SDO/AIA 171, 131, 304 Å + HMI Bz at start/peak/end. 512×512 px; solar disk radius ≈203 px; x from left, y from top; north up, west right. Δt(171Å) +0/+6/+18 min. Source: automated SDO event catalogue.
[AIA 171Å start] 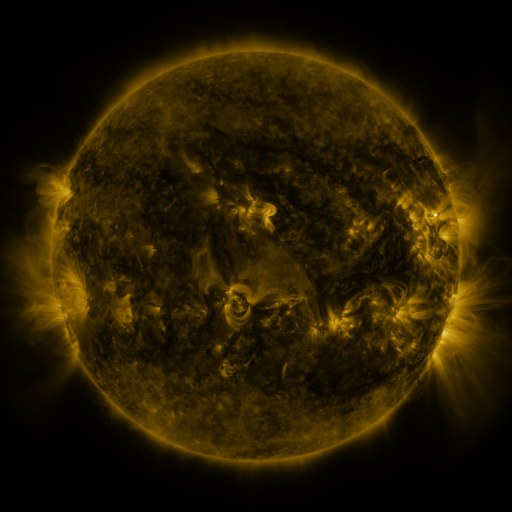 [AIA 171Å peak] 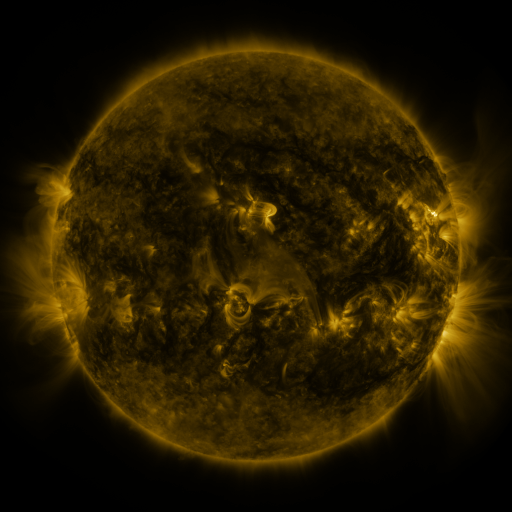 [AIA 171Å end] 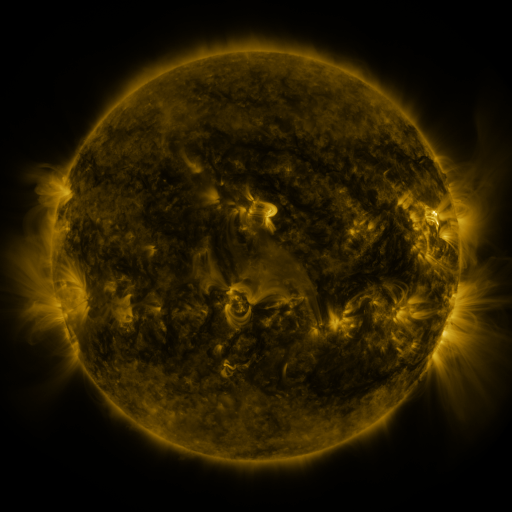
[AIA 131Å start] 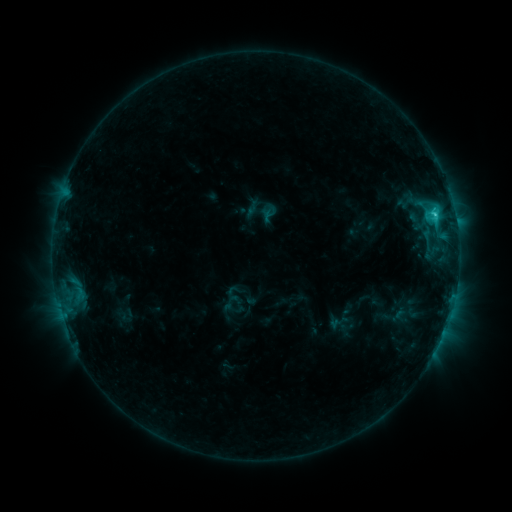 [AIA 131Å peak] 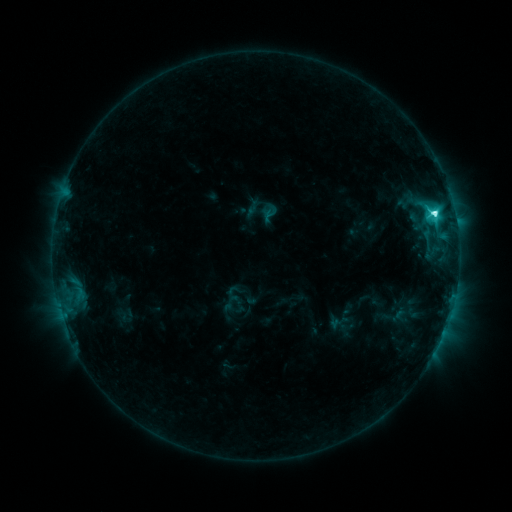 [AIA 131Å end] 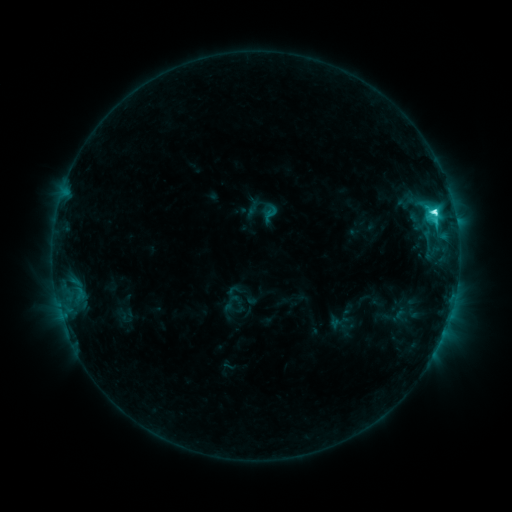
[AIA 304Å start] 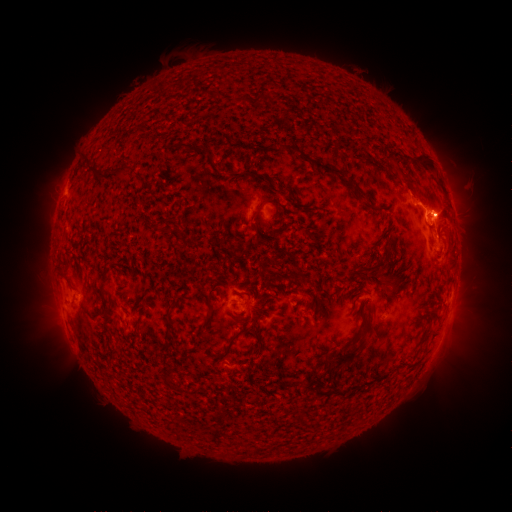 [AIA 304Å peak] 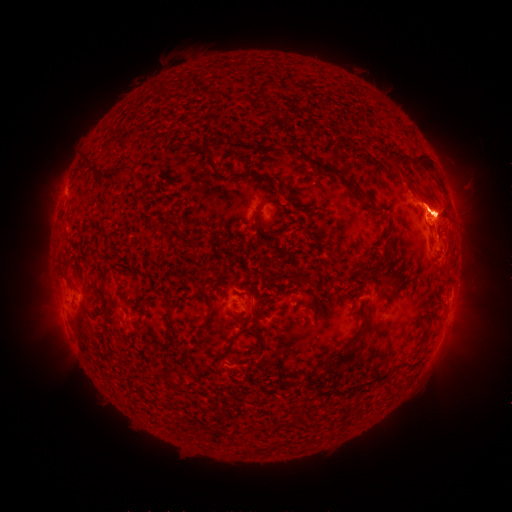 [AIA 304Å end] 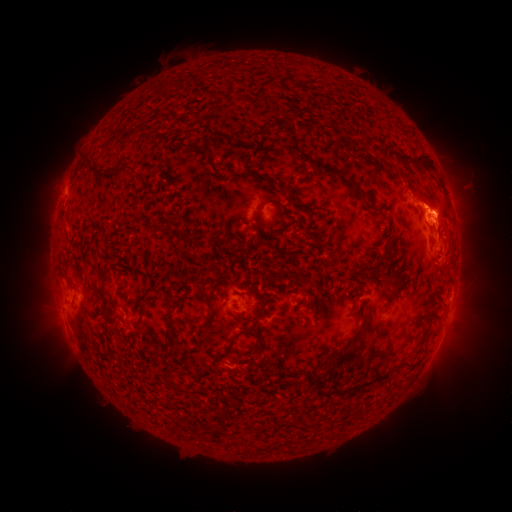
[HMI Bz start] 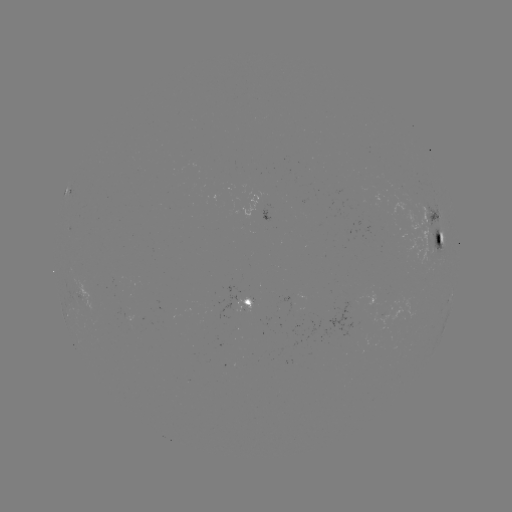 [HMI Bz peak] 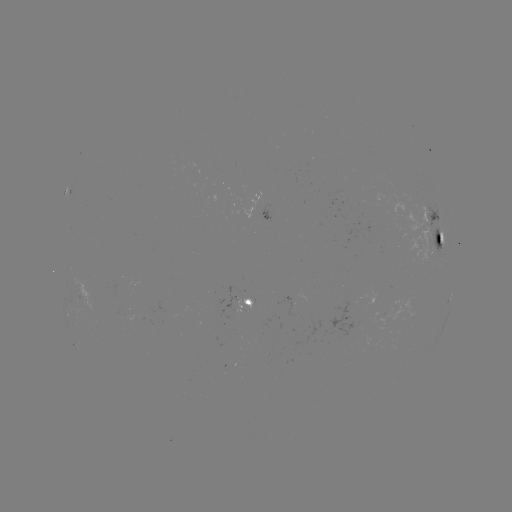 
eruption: [398, 143, 504, 253]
